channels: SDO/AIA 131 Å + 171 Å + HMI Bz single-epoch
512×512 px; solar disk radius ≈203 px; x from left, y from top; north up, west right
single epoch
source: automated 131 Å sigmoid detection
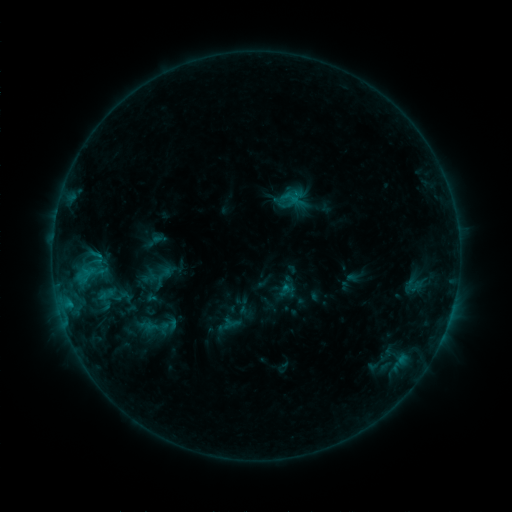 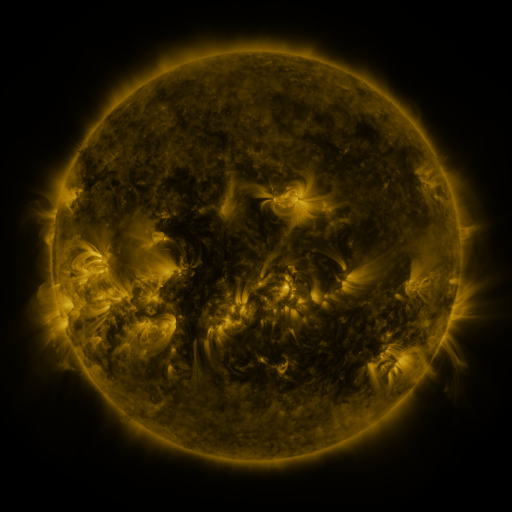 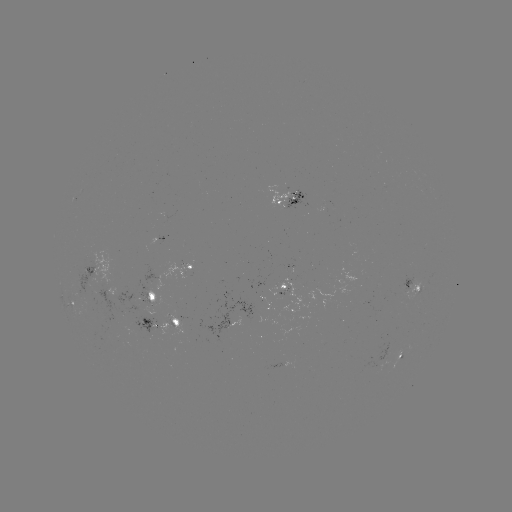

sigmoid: <bbox>88, 248, 106, 265</bbox>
